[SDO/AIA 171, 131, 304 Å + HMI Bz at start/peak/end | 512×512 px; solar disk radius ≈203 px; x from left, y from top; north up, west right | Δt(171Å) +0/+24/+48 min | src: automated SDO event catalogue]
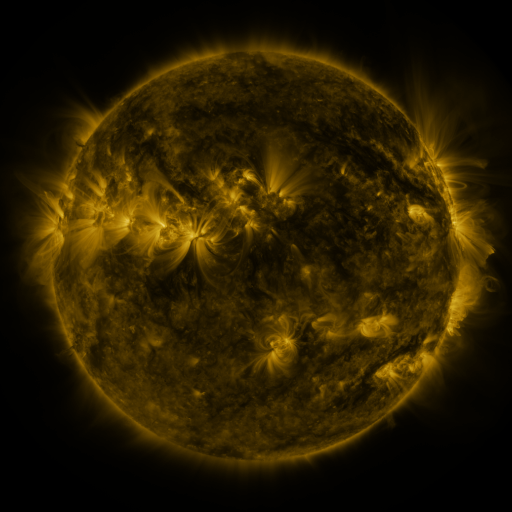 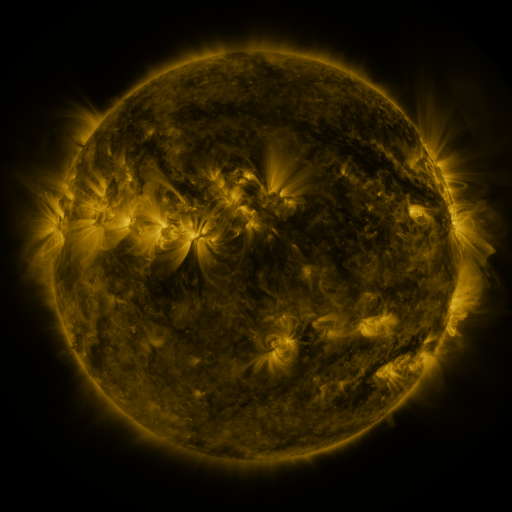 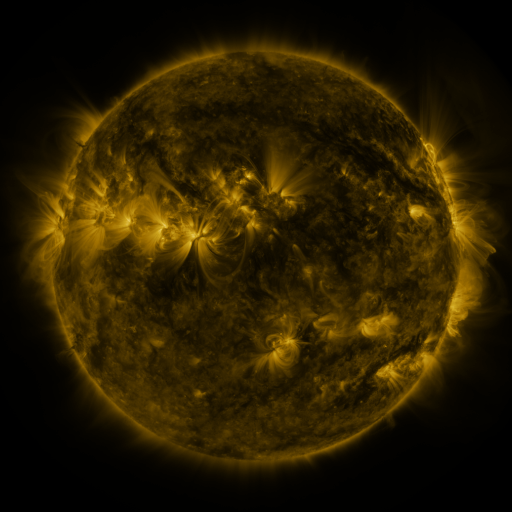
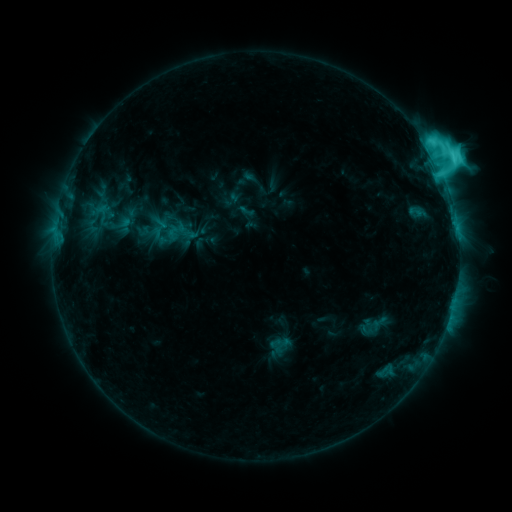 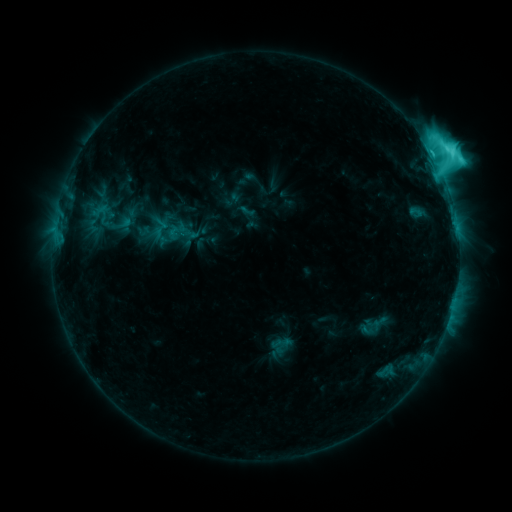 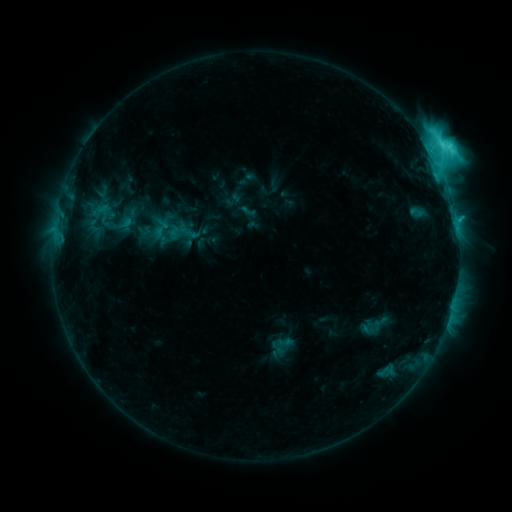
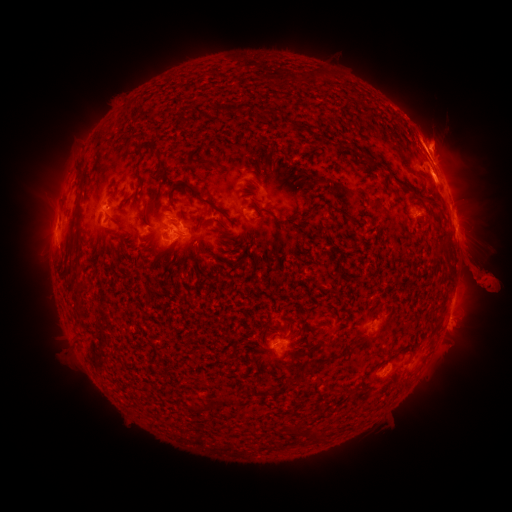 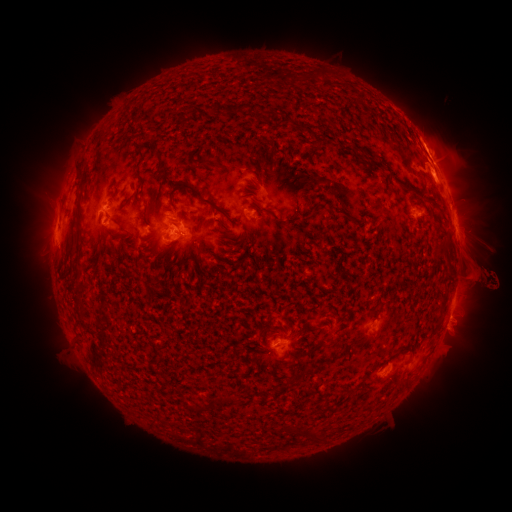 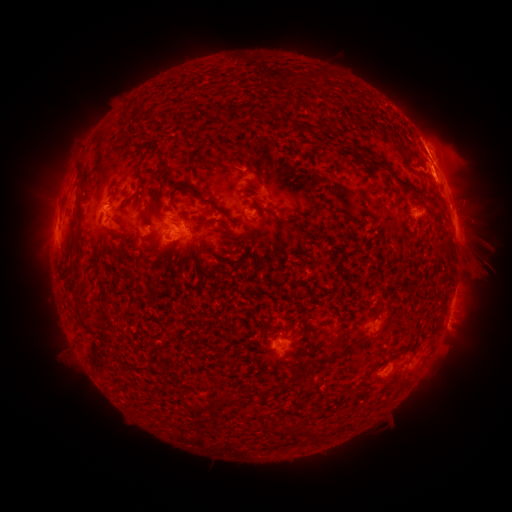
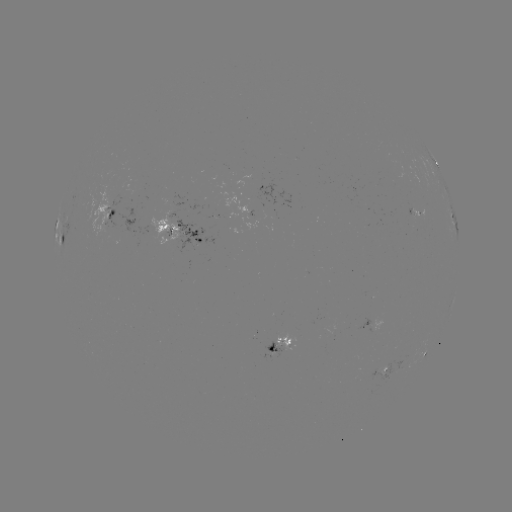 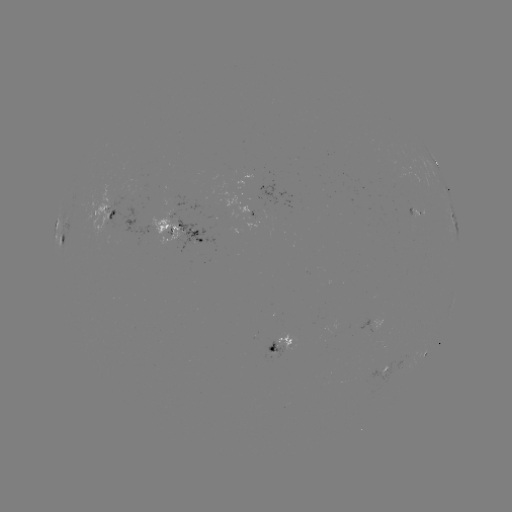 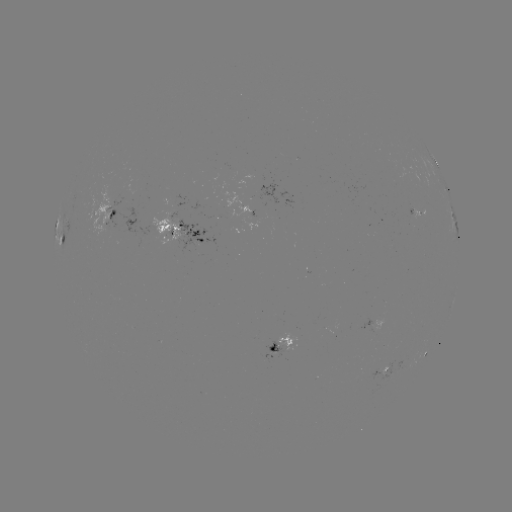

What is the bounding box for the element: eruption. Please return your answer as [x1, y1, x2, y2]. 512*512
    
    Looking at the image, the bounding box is [424, 232, 511, 337].